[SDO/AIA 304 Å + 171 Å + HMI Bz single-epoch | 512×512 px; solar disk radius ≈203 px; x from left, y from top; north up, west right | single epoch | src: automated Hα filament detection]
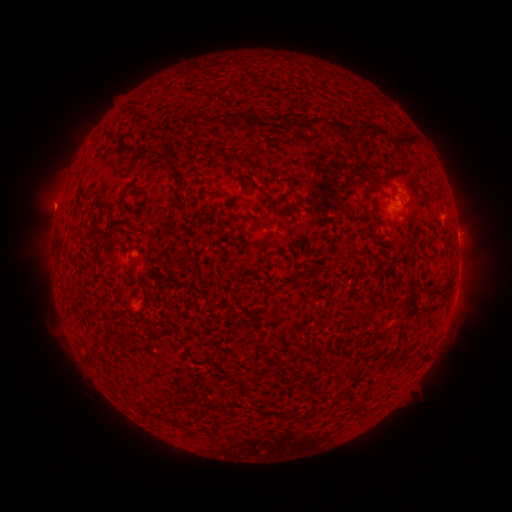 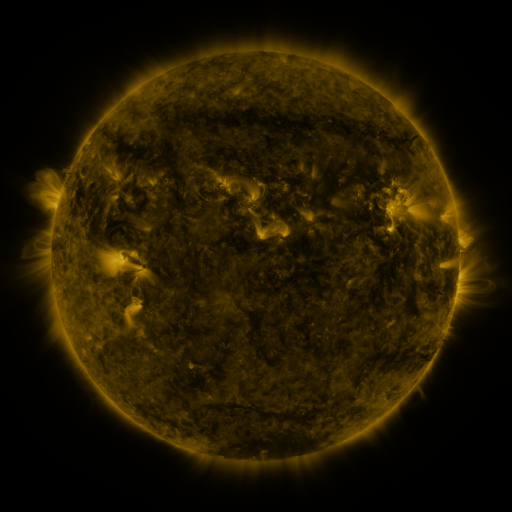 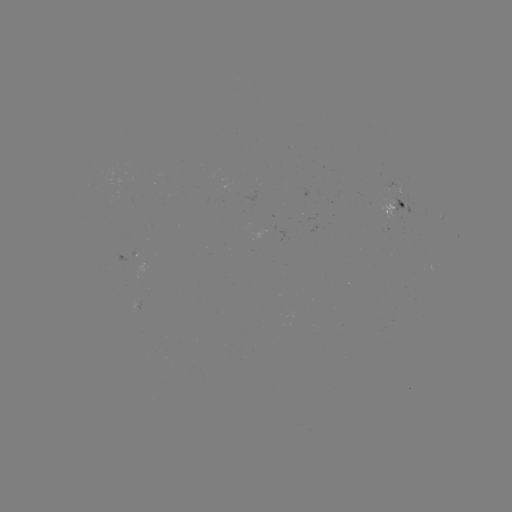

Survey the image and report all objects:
filament: [235, 112, 246, 123]
filament: [222, 113, 234, 120]
filament: [249, 114, 258, 123]
filament: [309, 115, 325, 128]
filament: [330, 119, 416, 149]
filament: [239, 157, 273, 175]
filament: [364, 177, 383, 199]
filament: [401, 182, 410, 196]
filament: [370, 212, 385, 226]
filament: [114, 222, 124, 229]
filament: [342, 241, 357, 263]
filament: [123, 263, 132, 272]
filament: [428, 286, 450, 297]
filament: [353, 308, 371, 321]
filament: [346, 370, 357, 380]
